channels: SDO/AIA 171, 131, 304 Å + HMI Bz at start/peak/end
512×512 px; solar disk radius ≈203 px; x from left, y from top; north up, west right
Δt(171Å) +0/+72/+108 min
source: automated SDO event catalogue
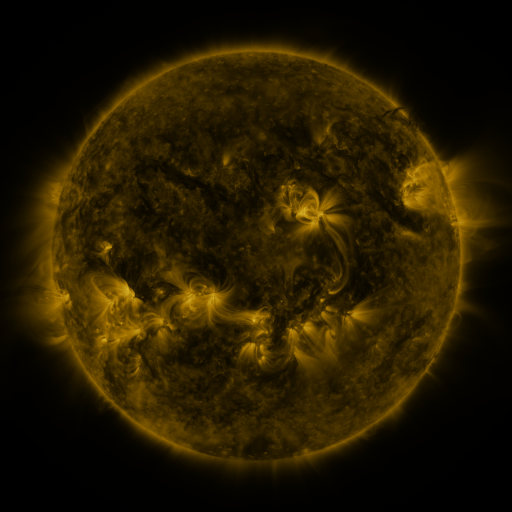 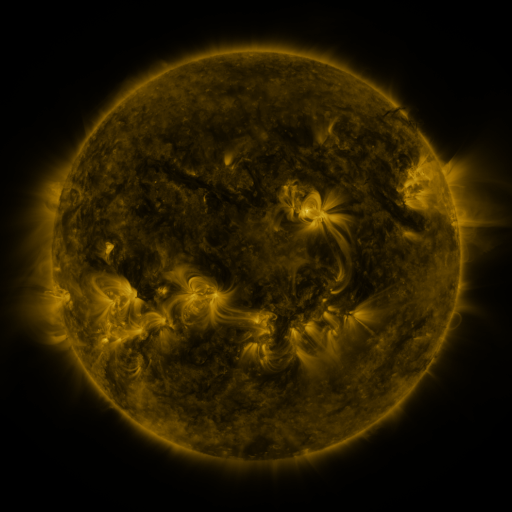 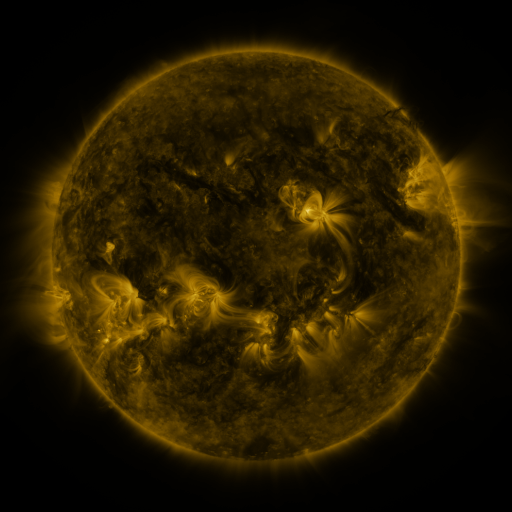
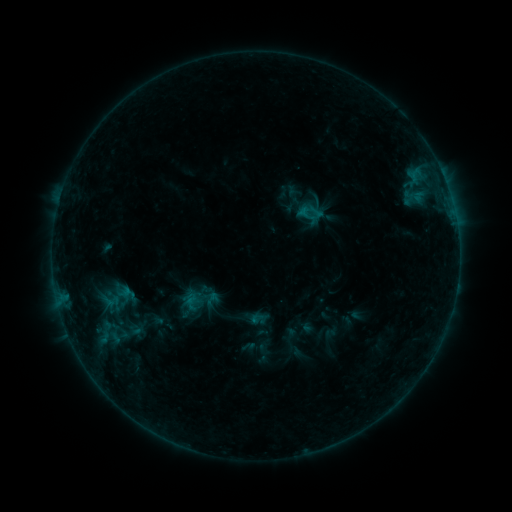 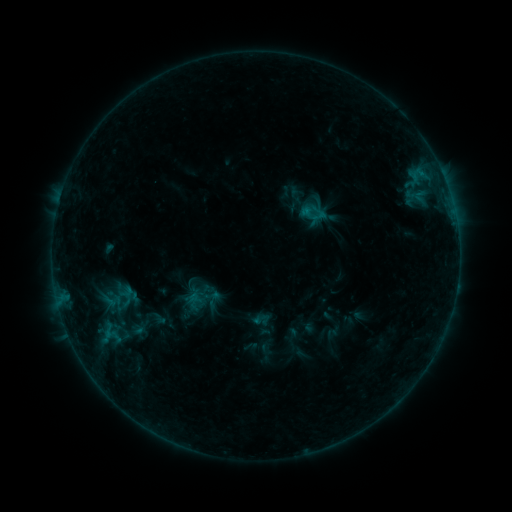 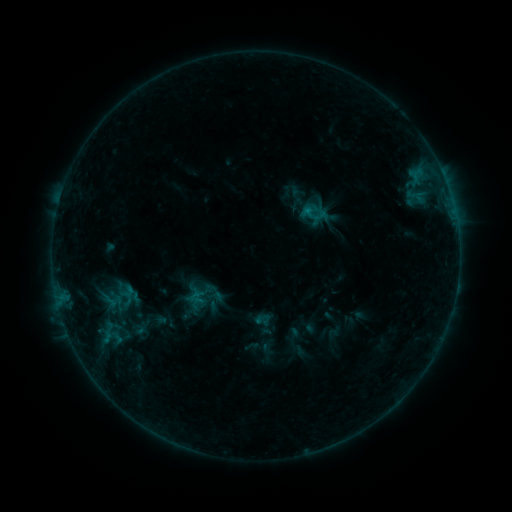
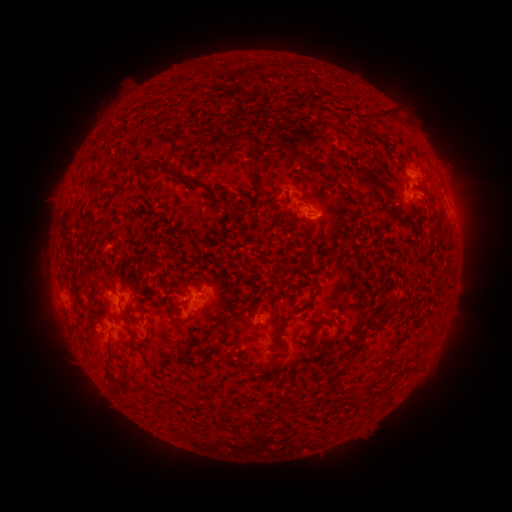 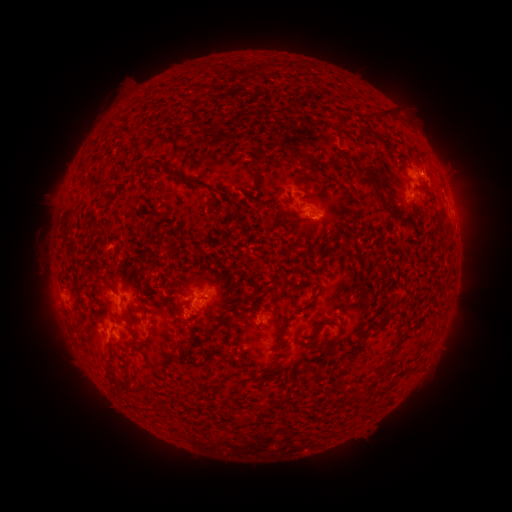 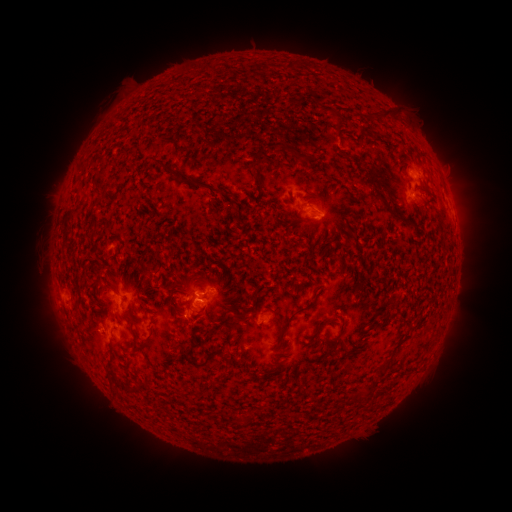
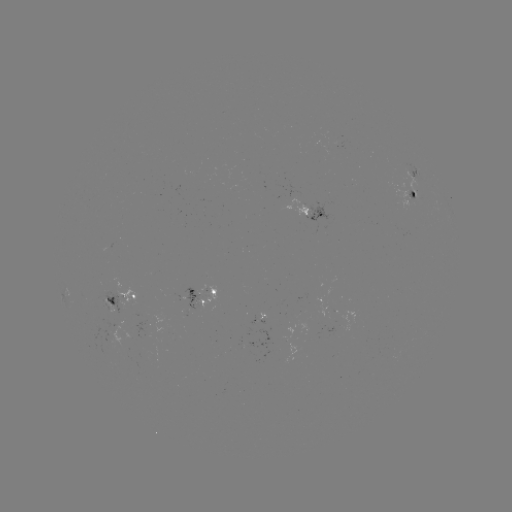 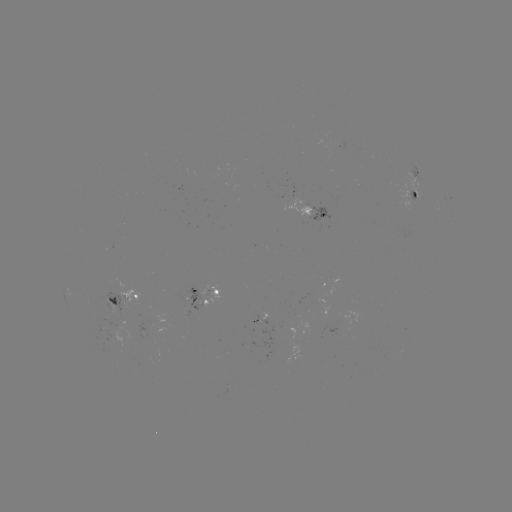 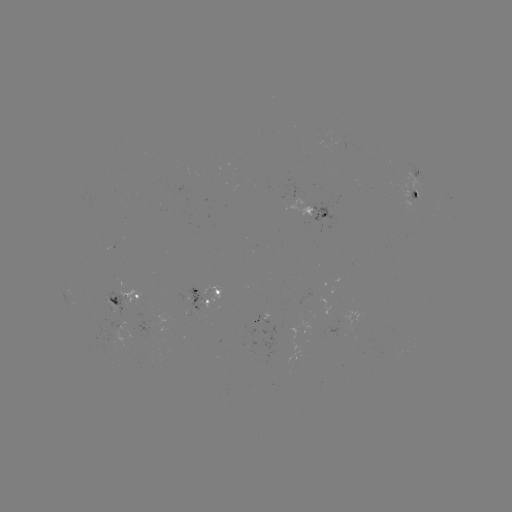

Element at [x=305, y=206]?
emerging-flux region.